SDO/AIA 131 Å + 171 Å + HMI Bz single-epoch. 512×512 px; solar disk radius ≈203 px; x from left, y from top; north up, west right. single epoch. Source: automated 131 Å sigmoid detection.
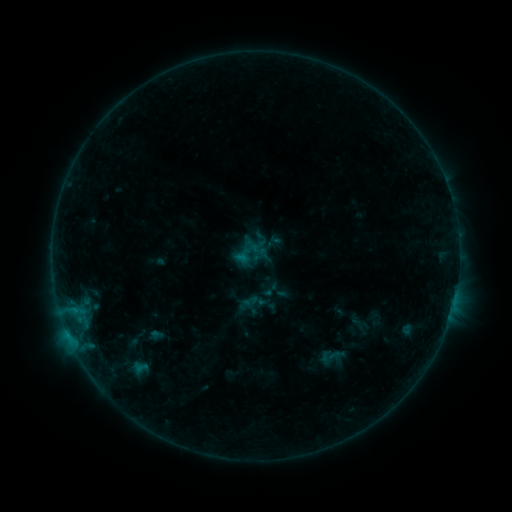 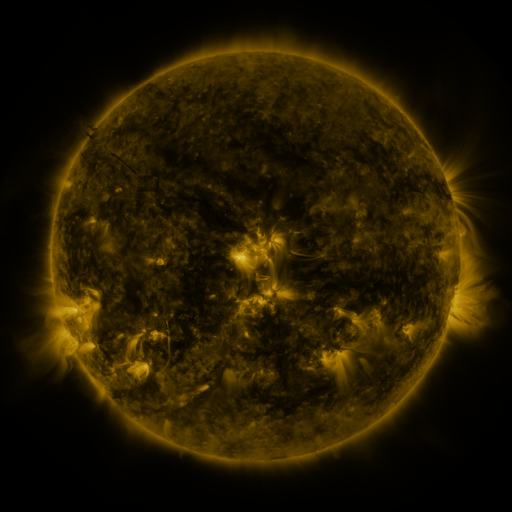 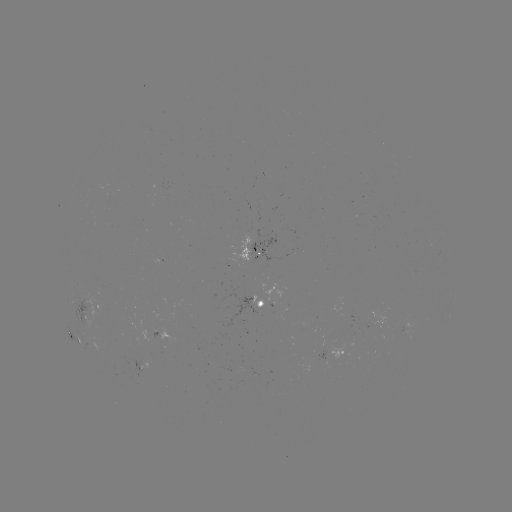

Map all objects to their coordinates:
sigmoid: (330, 357)
